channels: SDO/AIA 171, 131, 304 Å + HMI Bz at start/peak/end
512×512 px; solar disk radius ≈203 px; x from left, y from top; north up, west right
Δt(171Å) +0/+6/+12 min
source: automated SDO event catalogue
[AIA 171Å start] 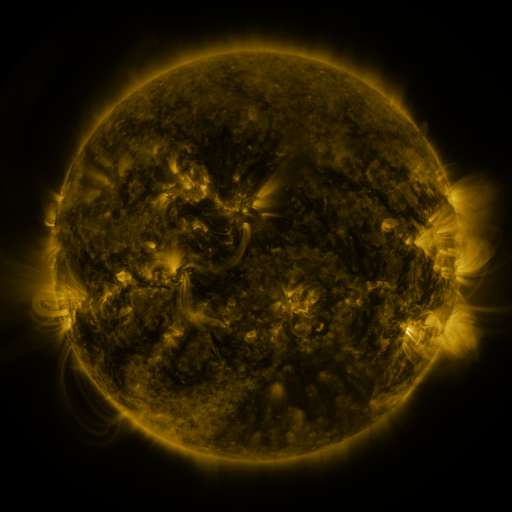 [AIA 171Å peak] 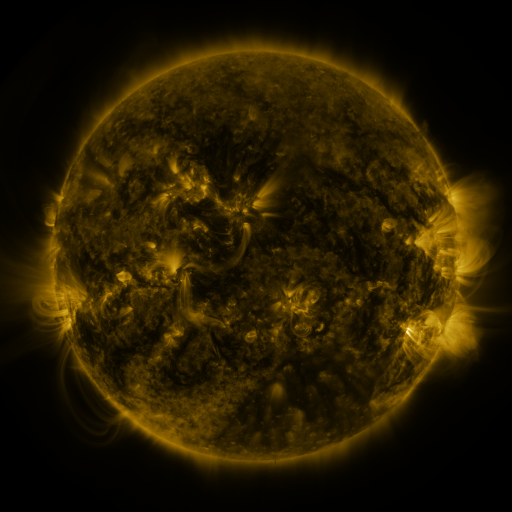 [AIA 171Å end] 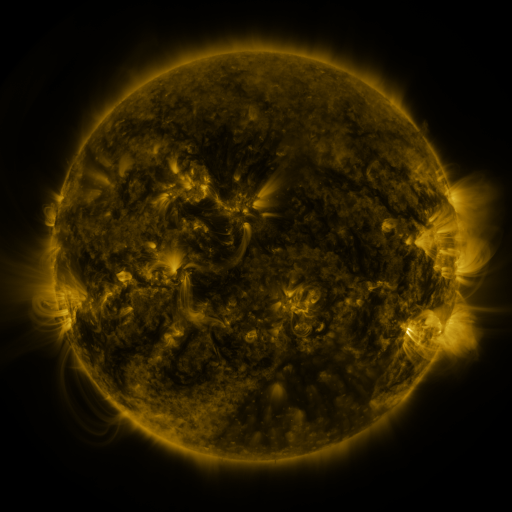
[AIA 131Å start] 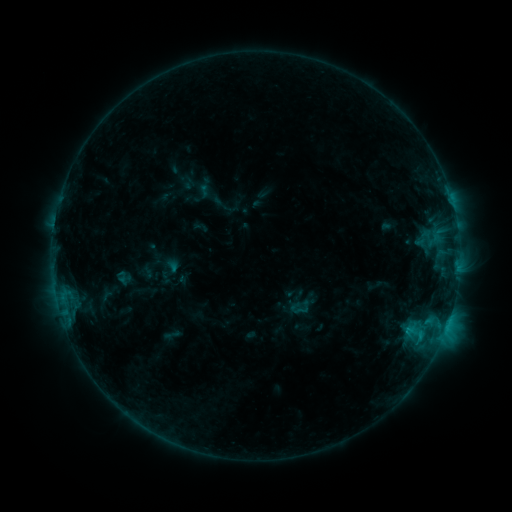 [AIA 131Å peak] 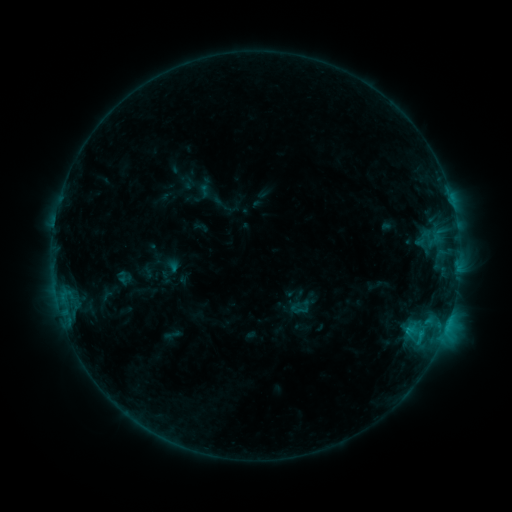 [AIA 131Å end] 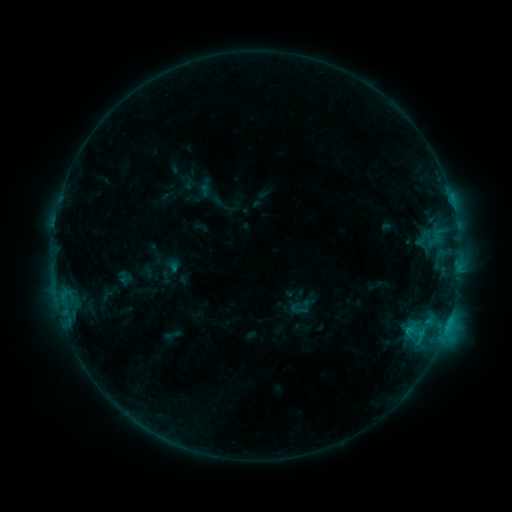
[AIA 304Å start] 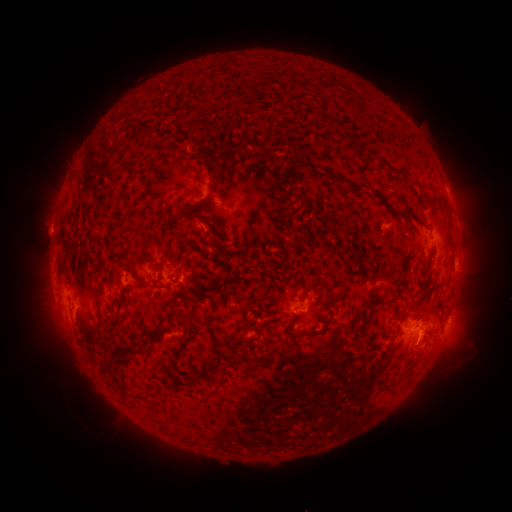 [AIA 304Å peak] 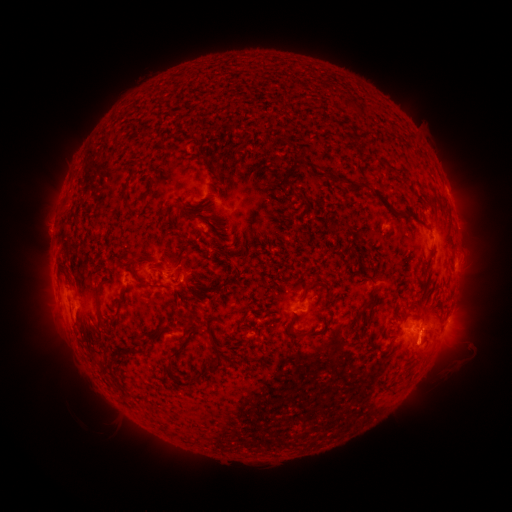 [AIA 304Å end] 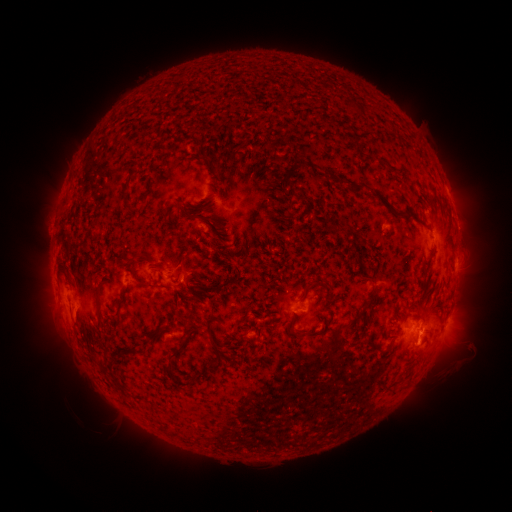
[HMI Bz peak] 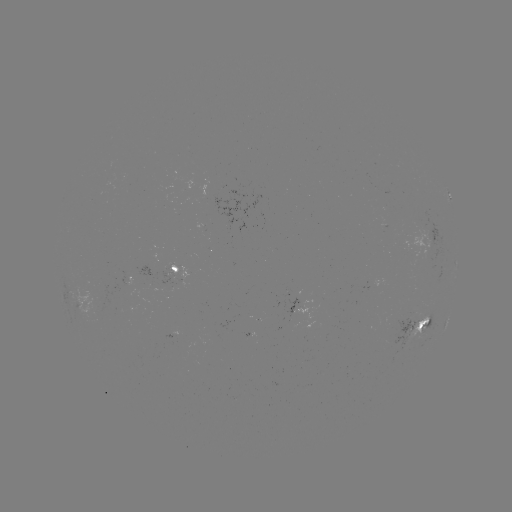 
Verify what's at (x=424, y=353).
eruption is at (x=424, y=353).